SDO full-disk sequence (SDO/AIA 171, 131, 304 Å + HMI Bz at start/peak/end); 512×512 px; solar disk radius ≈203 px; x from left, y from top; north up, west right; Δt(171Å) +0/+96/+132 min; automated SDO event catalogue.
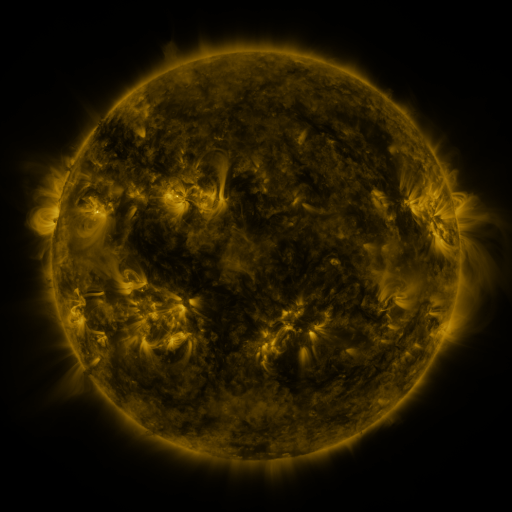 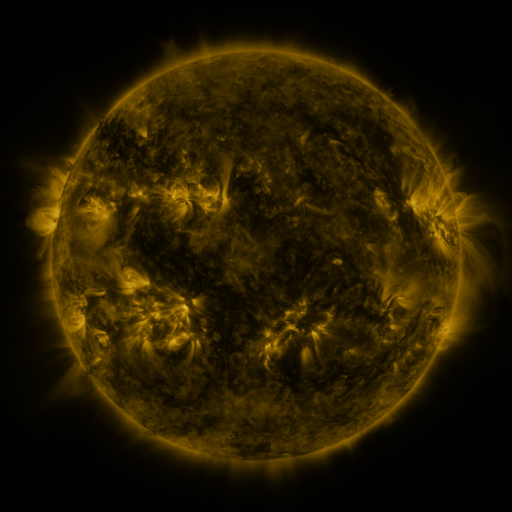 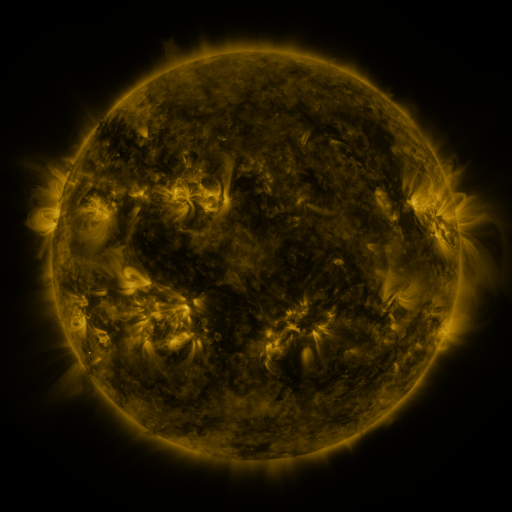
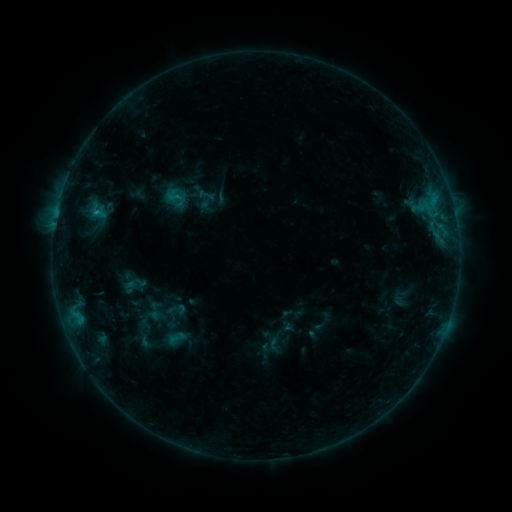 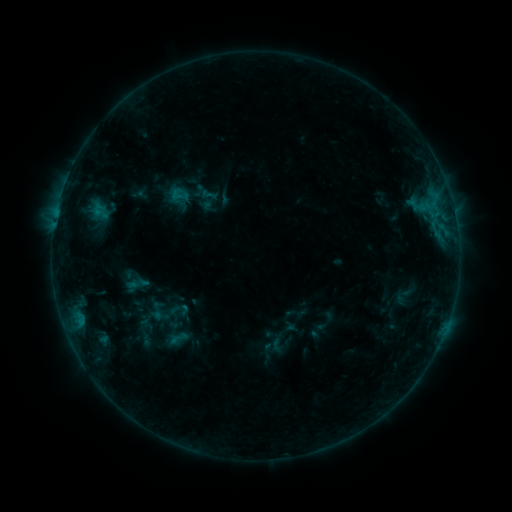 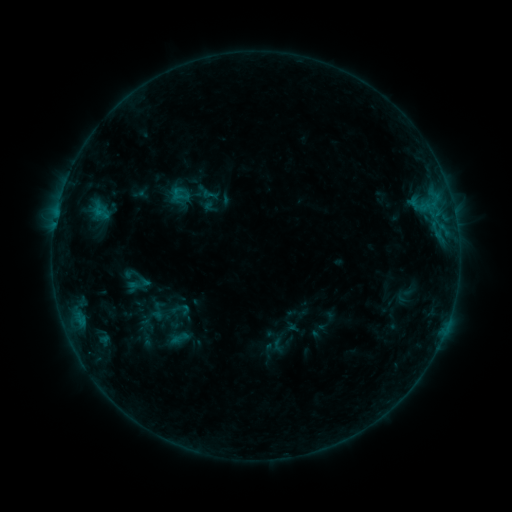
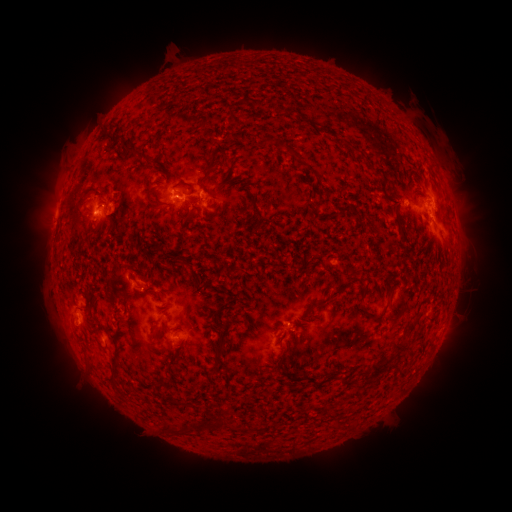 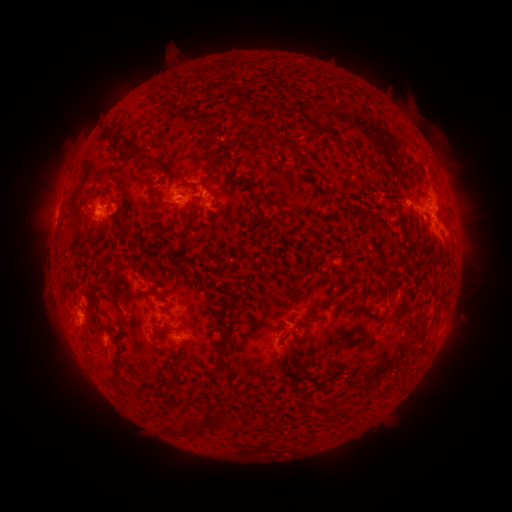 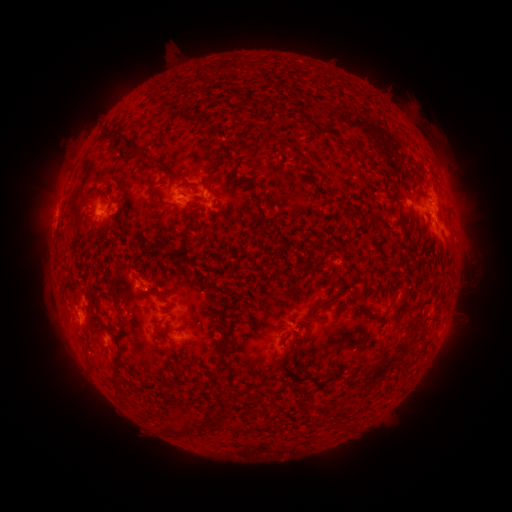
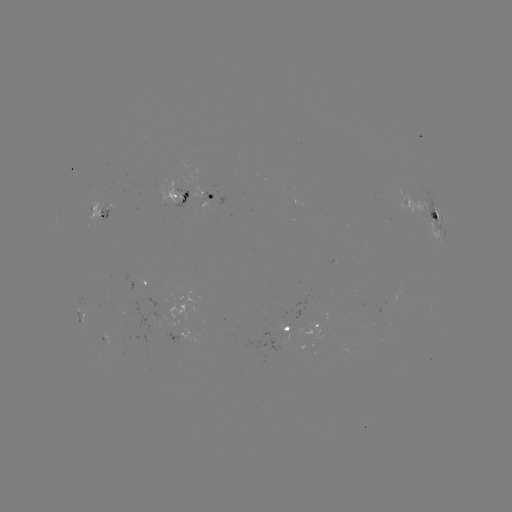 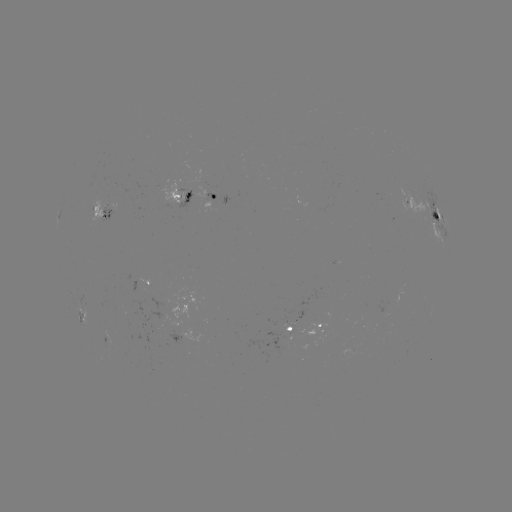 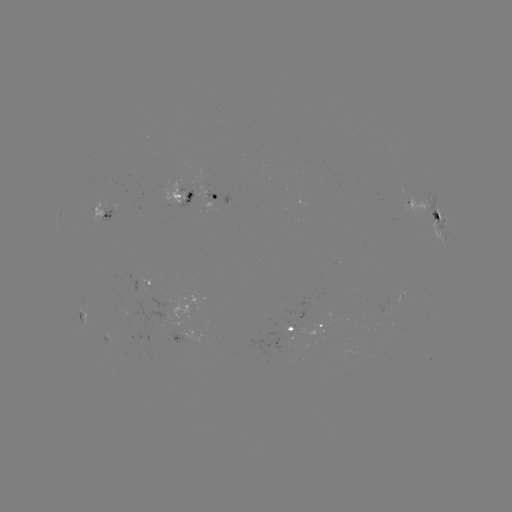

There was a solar emerging-flux region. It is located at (203, 187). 